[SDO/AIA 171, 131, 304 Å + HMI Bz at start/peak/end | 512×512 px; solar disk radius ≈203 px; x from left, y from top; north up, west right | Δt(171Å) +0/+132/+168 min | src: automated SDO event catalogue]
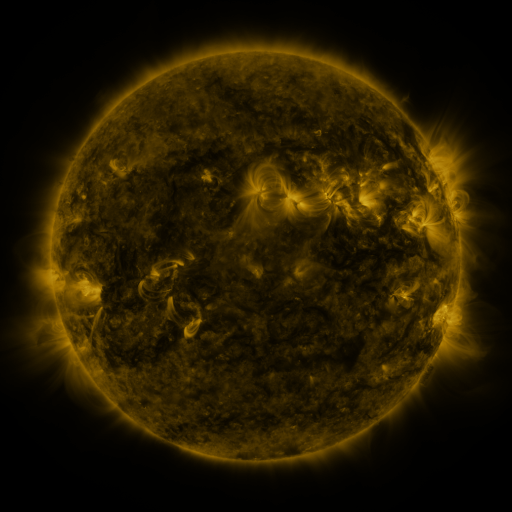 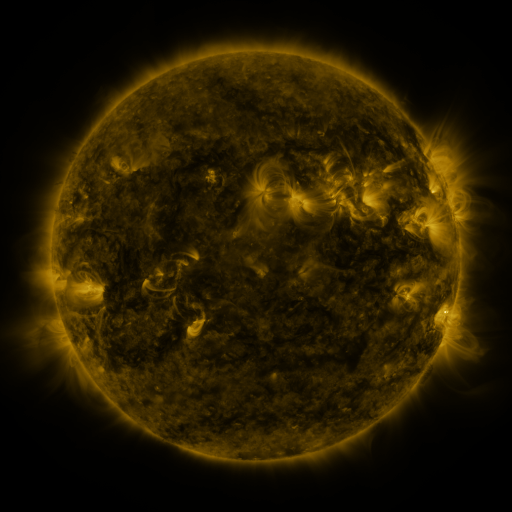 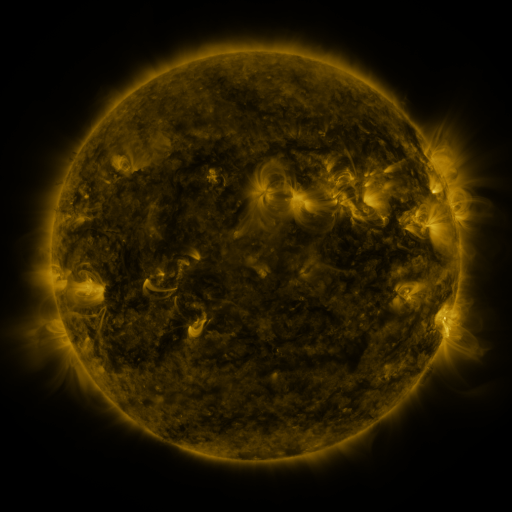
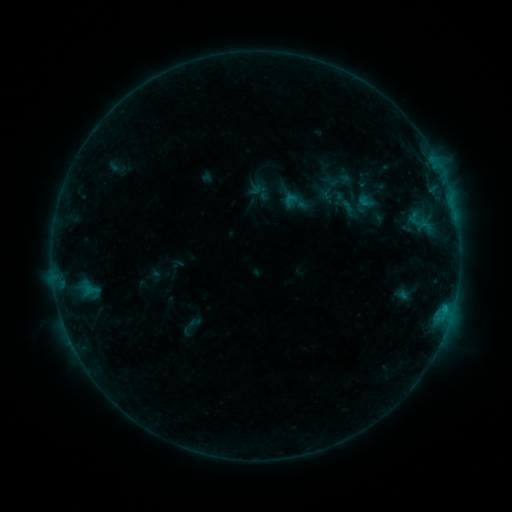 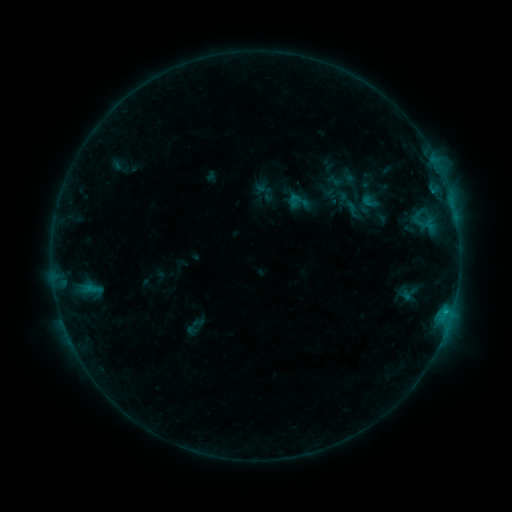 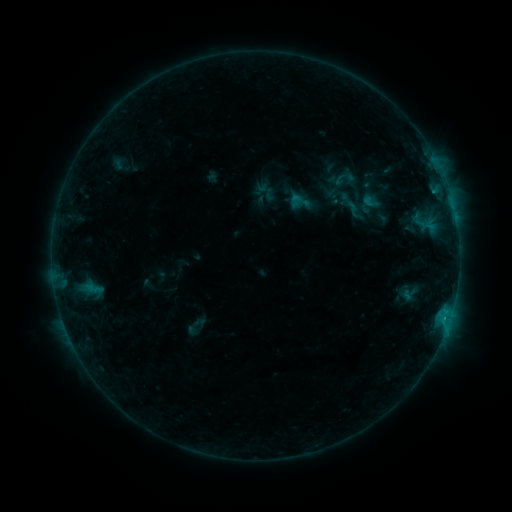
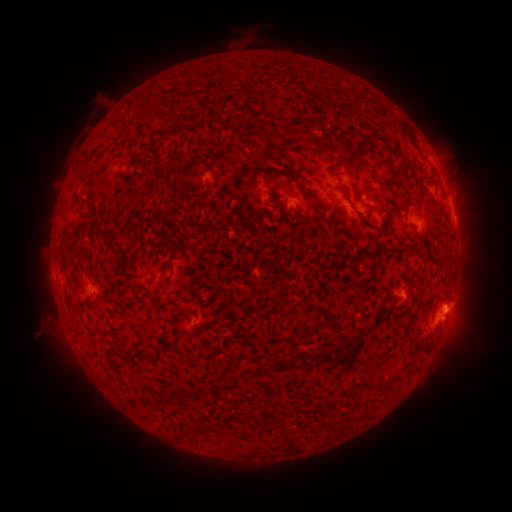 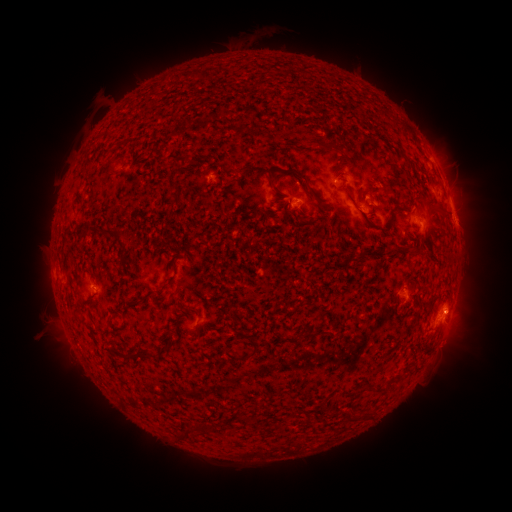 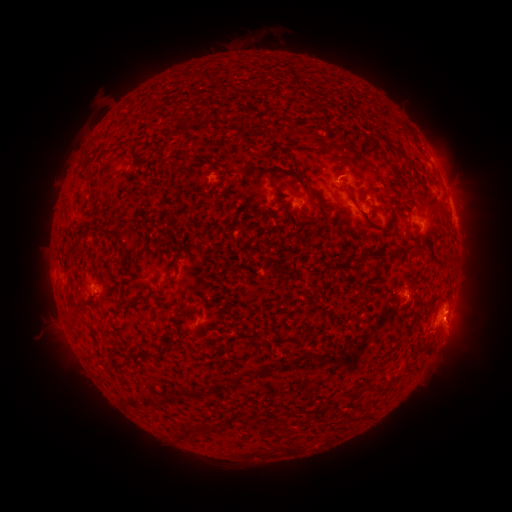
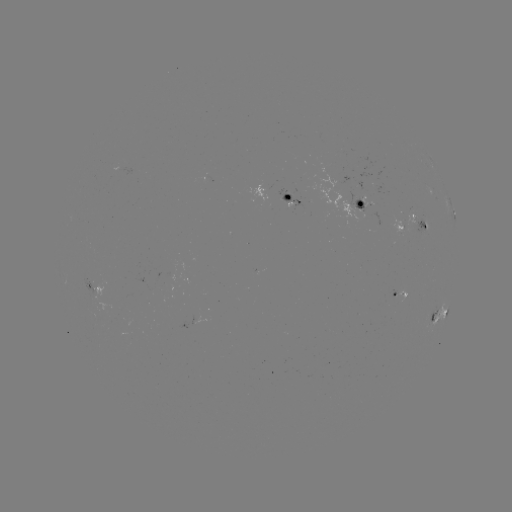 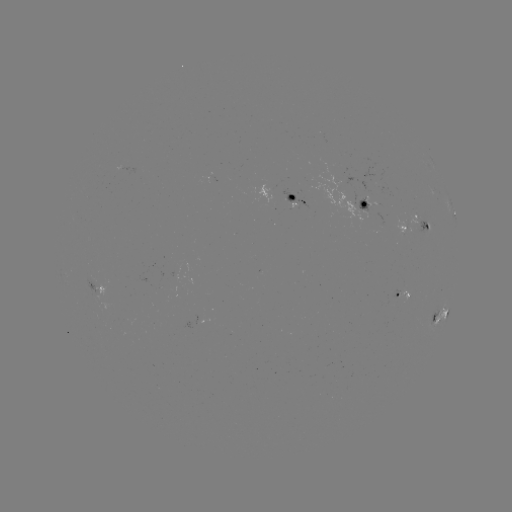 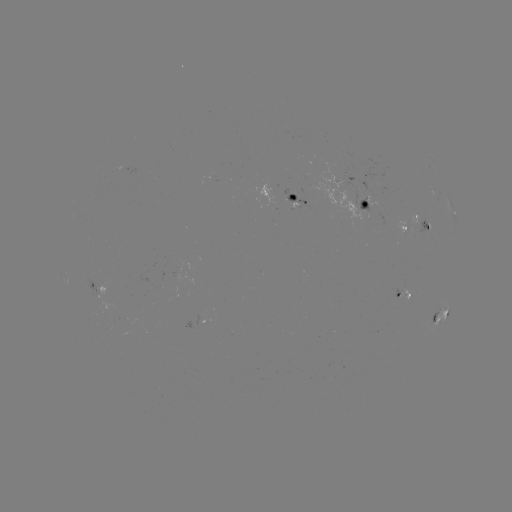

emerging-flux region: [306, 159, 375, 226]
